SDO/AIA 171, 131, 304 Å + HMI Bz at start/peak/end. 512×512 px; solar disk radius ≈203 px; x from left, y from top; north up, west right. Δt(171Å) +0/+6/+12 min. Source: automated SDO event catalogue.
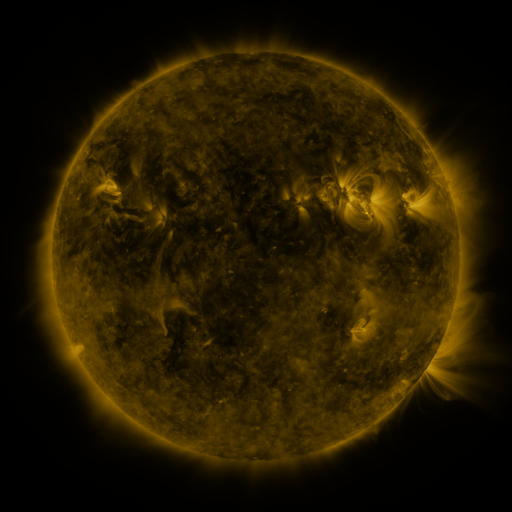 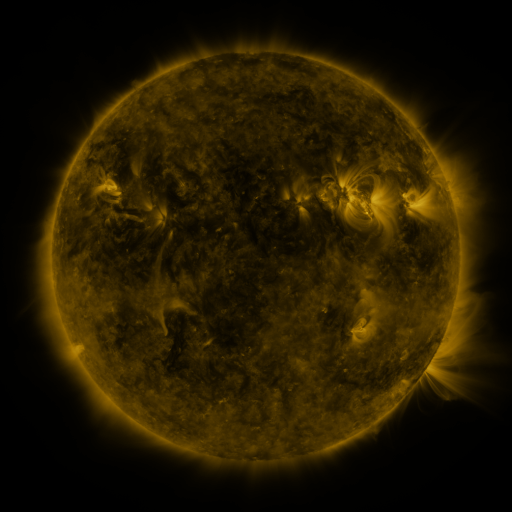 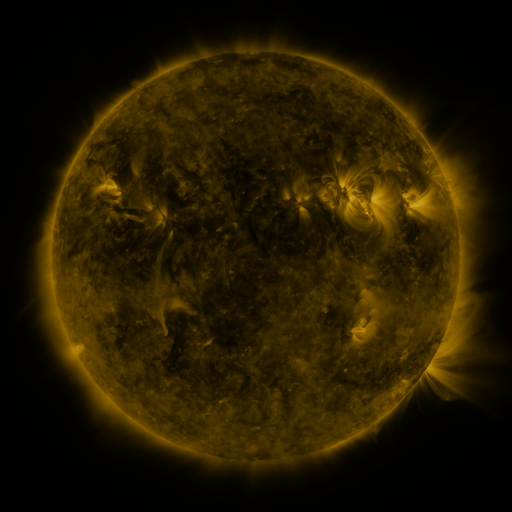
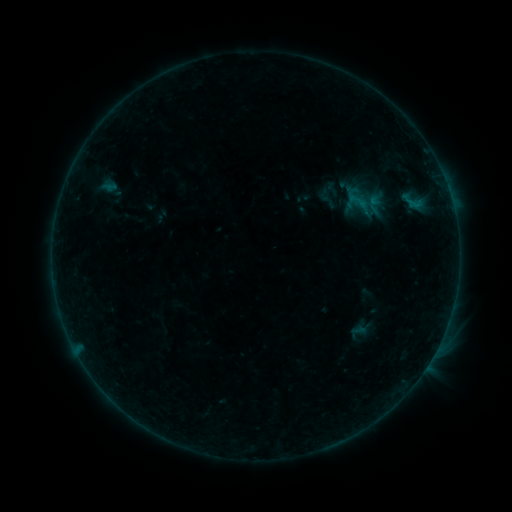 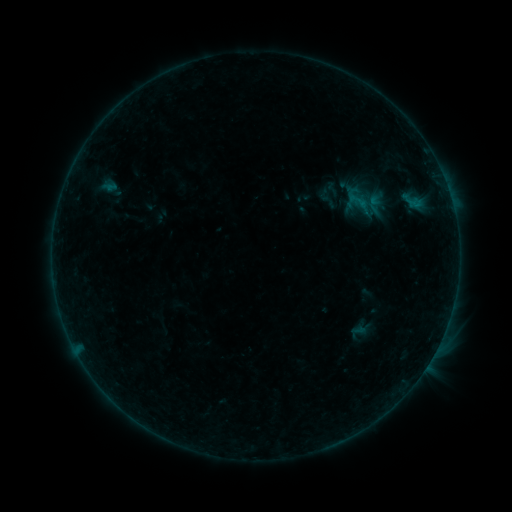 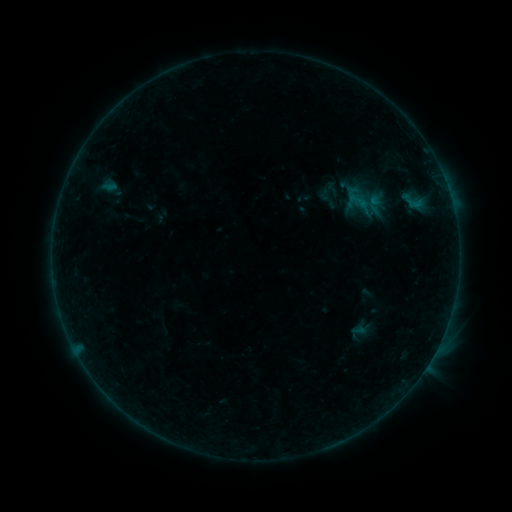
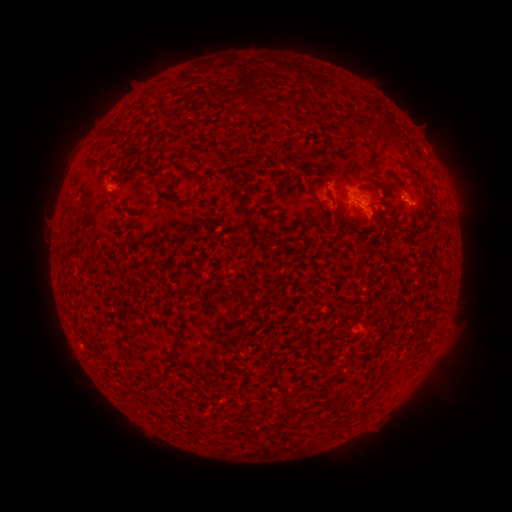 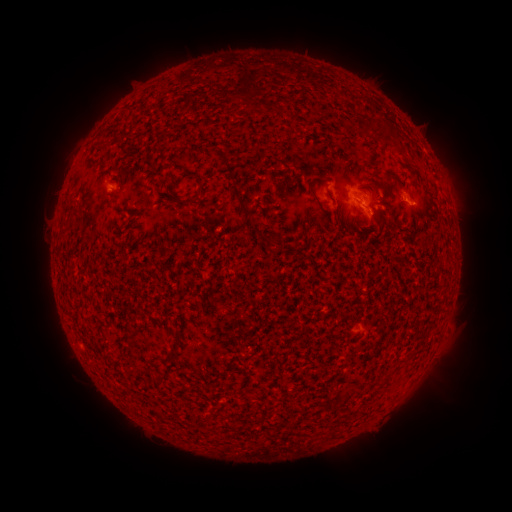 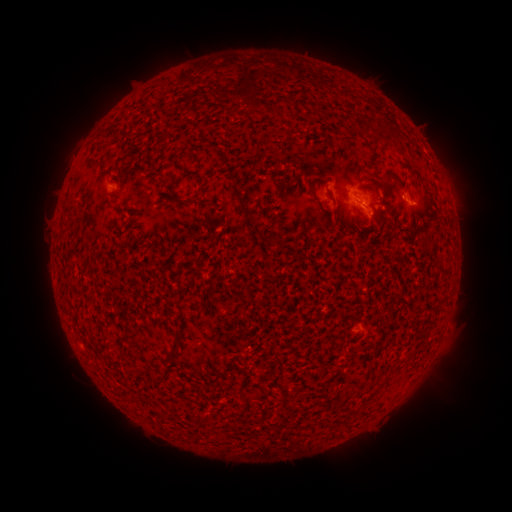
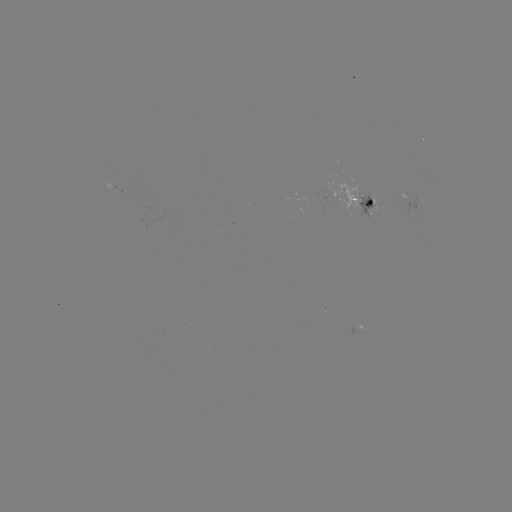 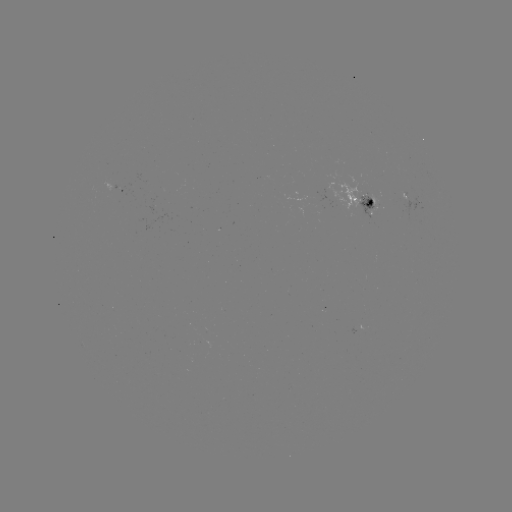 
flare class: B2.4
